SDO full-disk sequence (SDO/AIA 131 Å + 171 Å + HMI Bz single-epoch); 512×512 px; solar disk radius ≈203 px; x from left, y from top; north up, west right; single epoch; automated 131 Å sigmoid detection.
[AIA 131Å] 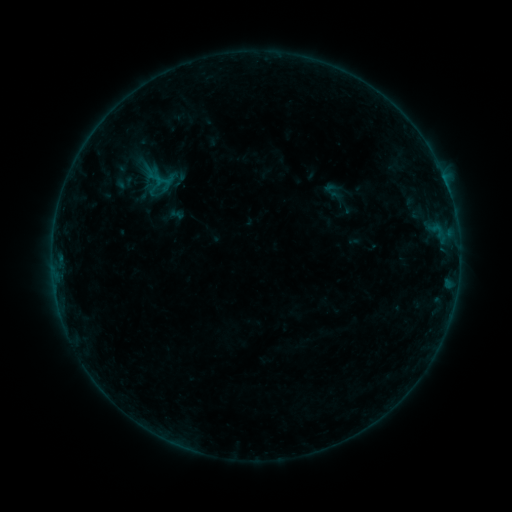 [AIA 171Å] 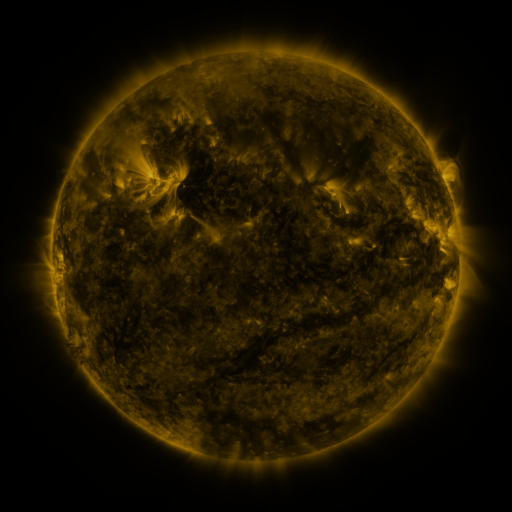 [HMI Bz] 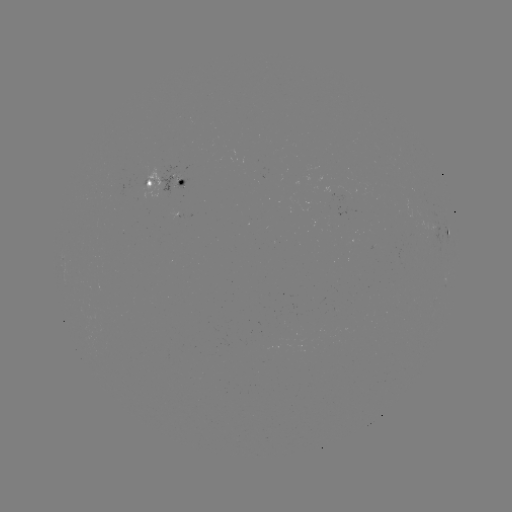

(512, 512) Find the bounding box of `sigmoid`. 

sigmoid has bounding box [320, 178, 347, 203].